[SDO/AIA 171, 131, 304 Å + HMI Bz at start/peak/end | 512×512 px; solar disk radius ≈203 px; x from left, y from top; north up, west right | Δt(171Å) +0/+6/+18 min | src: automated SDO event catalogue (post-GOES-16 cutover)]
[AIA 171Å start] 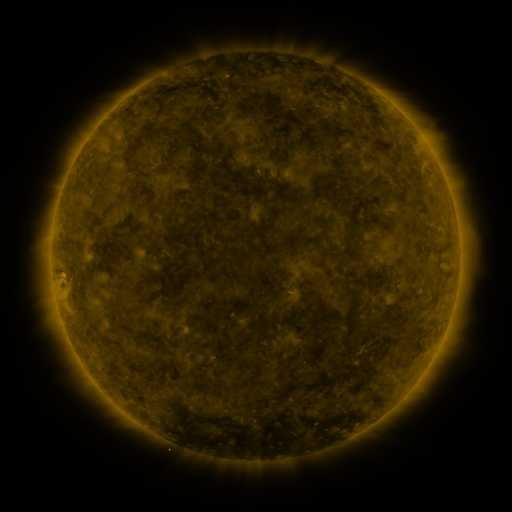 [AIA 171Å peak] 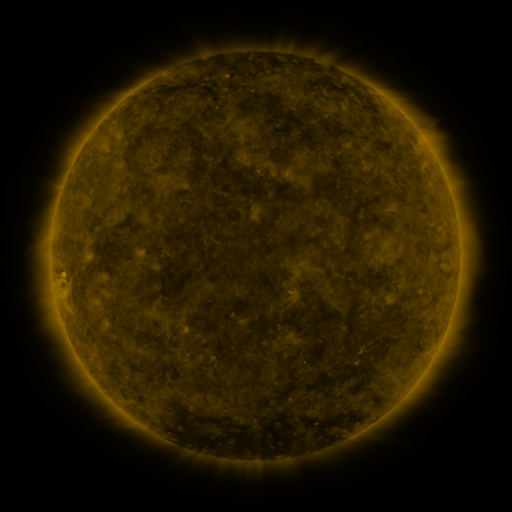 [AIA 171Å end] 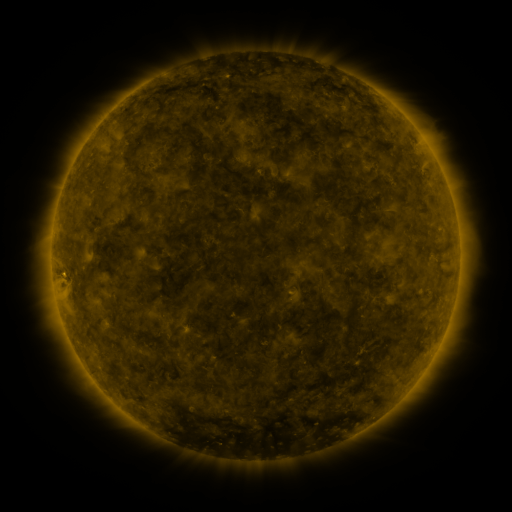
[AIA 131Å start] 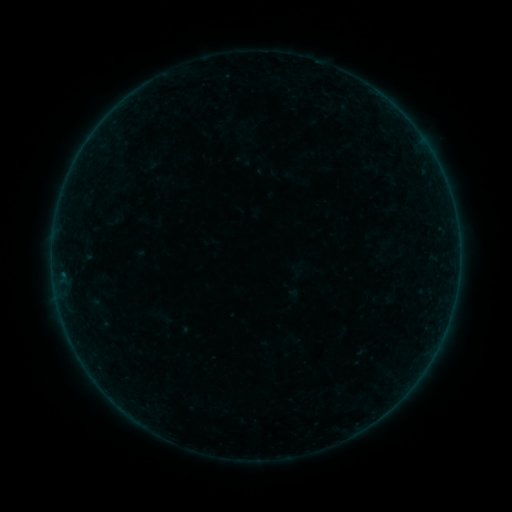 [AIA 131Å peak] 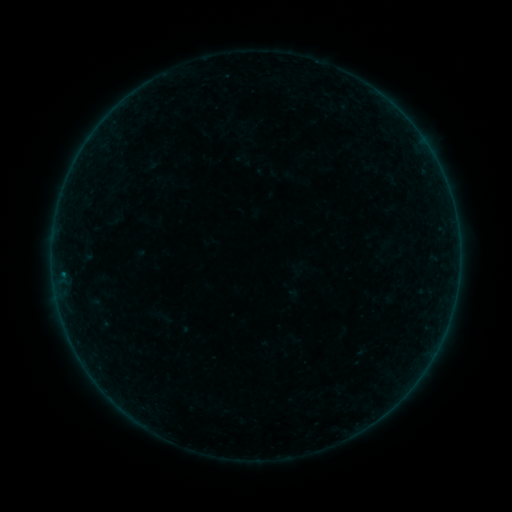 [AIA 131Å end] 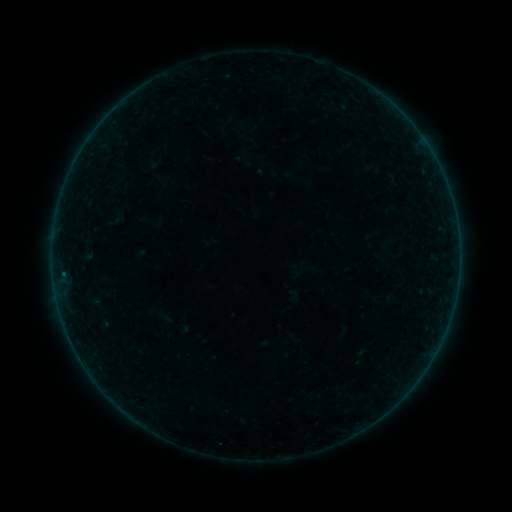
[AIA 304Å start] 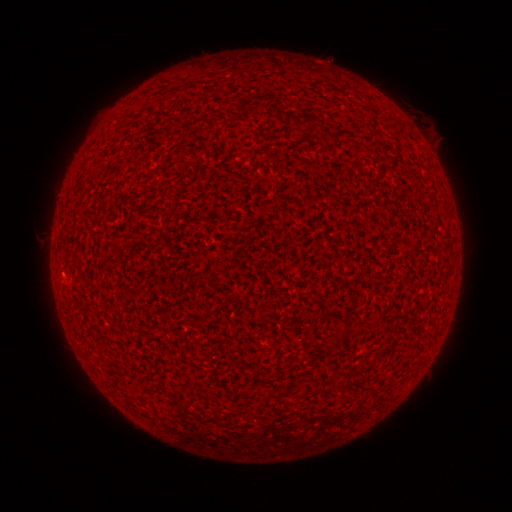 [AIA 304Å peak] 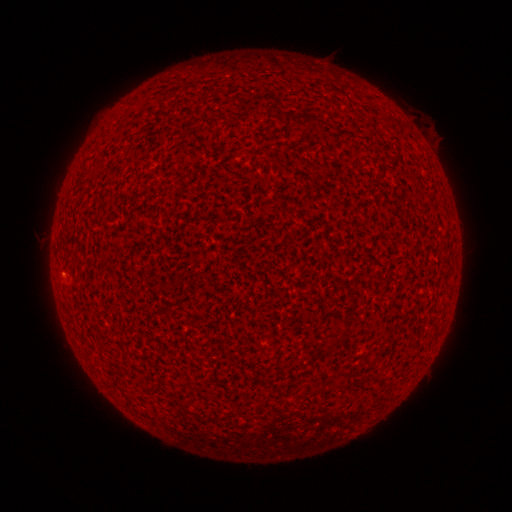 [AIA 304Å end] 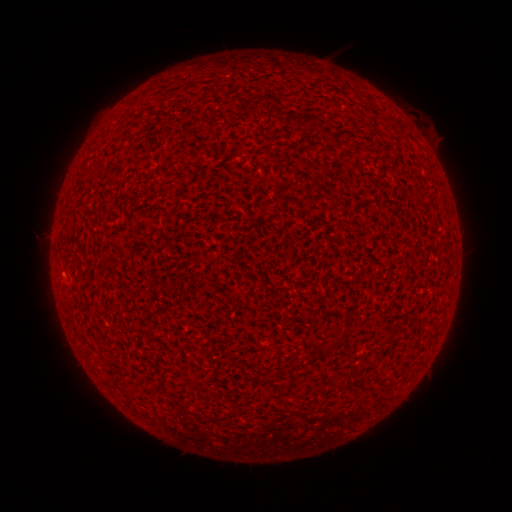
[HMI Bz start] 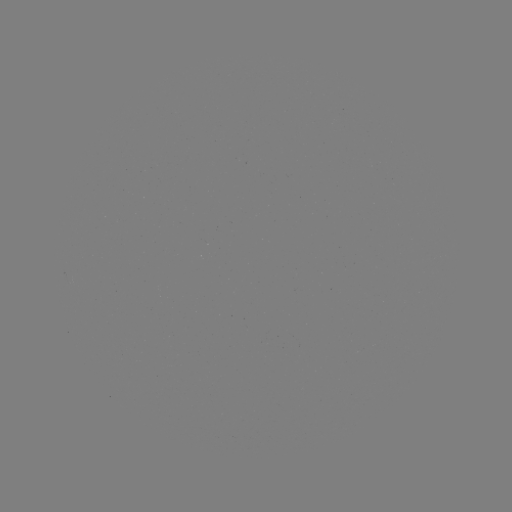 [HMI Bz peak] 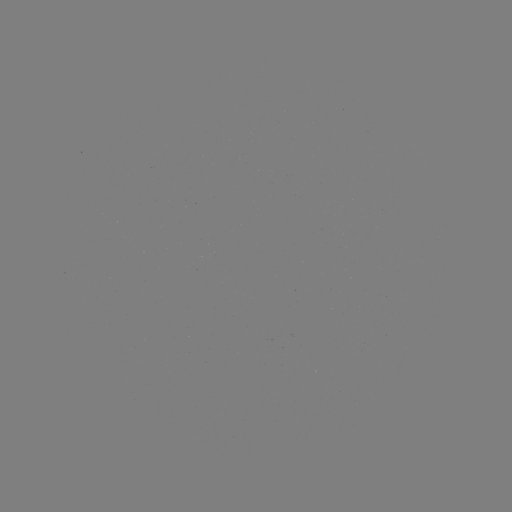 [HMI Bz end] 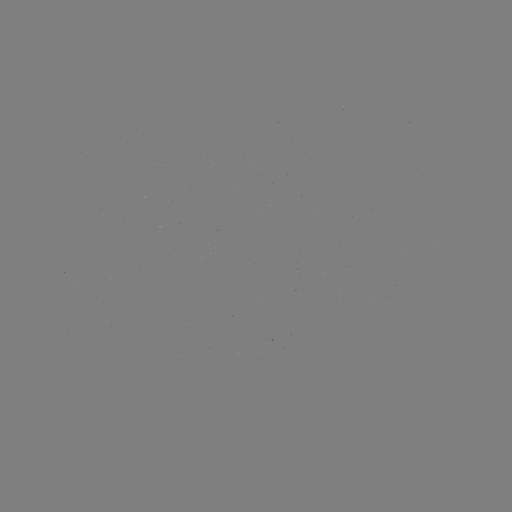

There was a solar flare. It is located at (64, 271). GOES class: A6.7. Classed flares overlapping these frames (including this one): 1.